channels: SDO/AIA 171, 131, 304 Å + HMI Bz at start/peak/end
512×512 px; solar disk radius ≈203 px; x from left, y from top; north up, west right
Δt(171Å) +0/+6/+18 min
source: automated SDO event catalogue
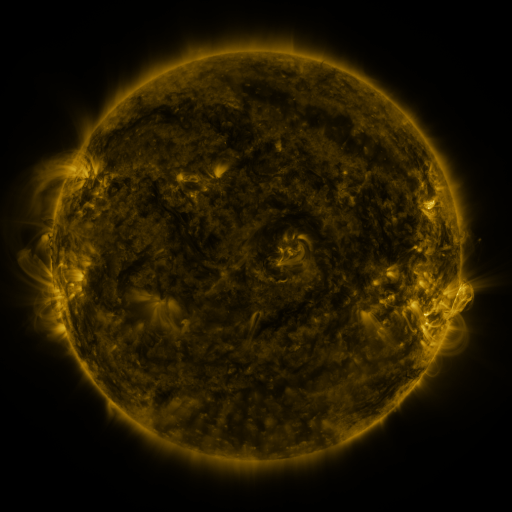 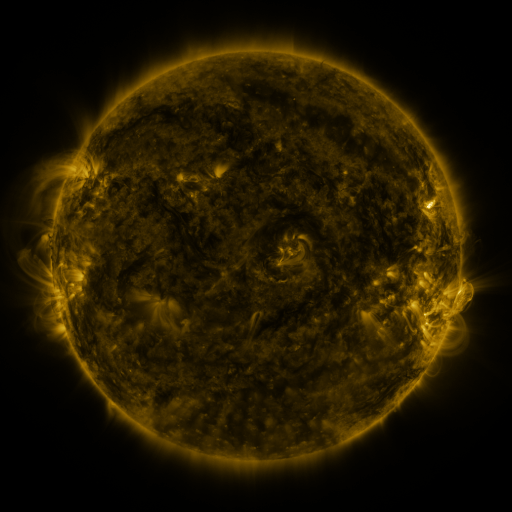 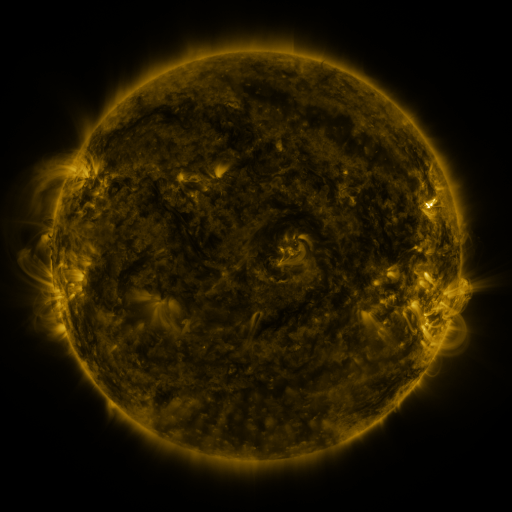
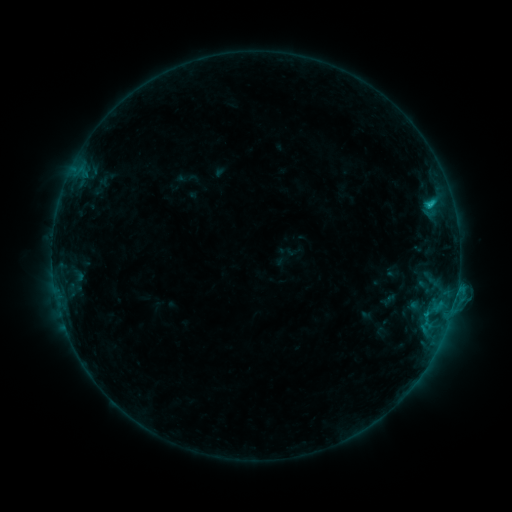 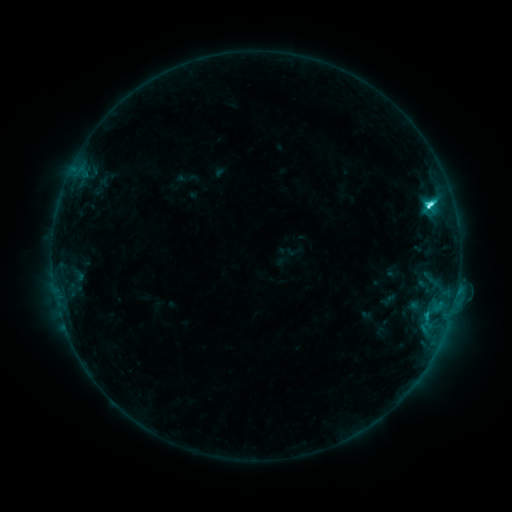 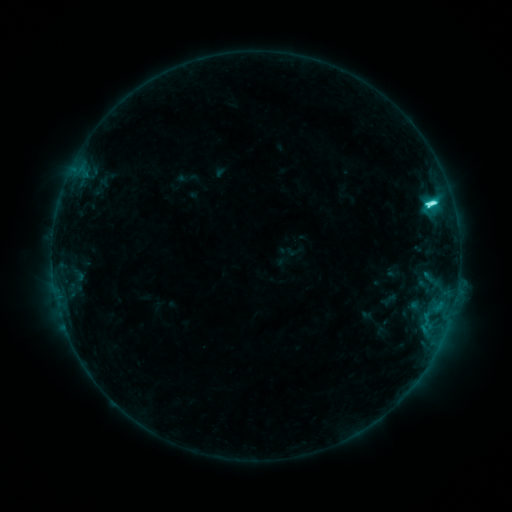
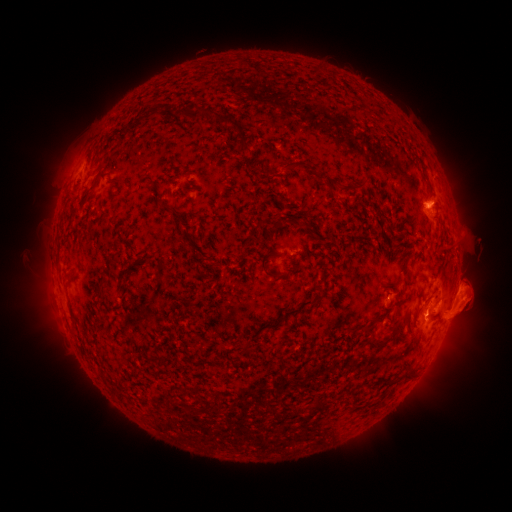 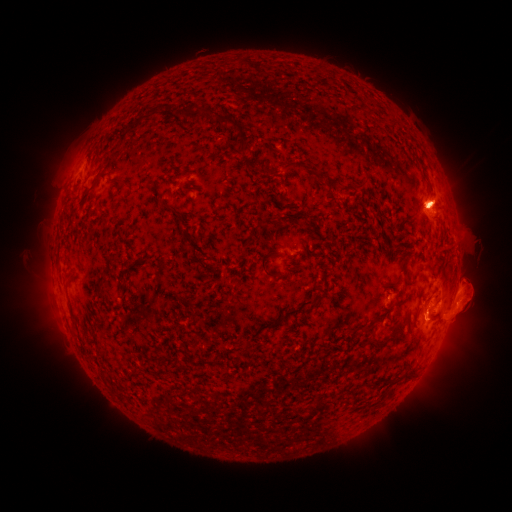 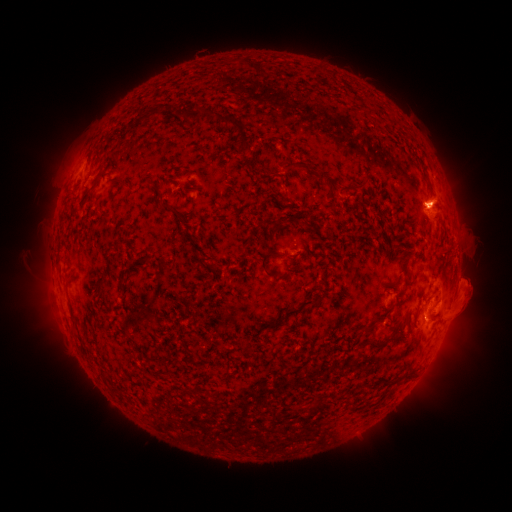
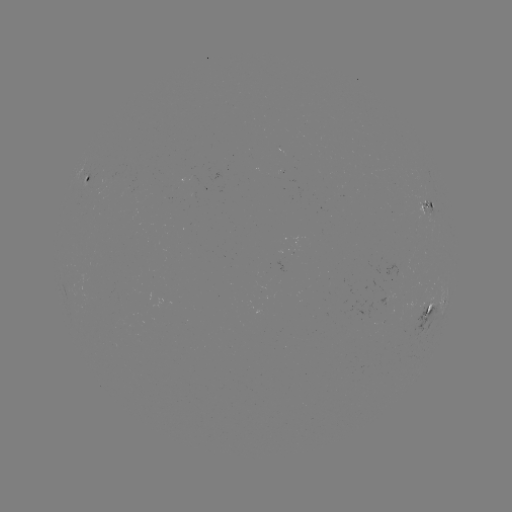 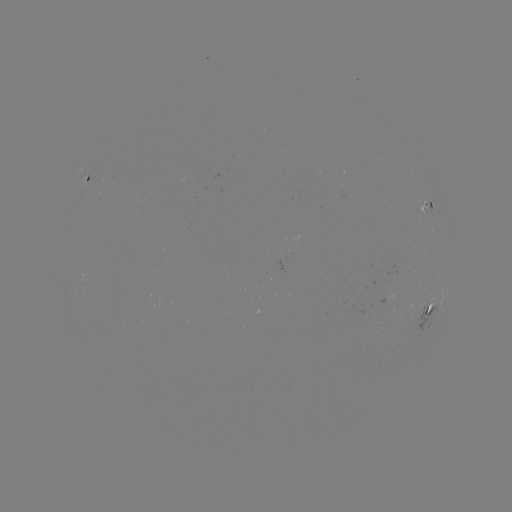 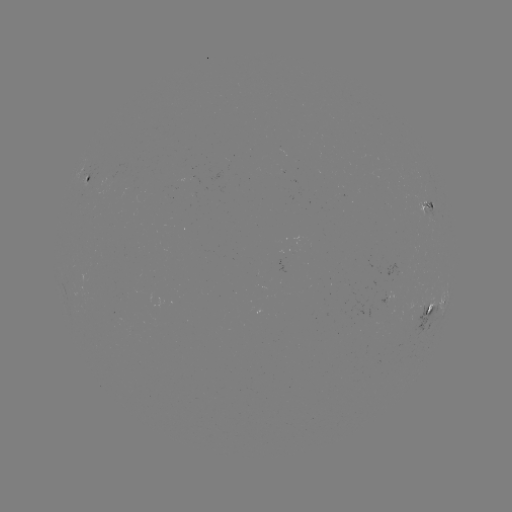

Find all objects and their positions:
C9.3 flare: (429, 208)
